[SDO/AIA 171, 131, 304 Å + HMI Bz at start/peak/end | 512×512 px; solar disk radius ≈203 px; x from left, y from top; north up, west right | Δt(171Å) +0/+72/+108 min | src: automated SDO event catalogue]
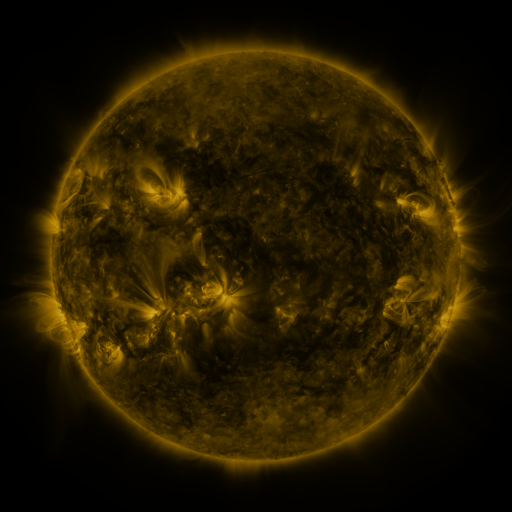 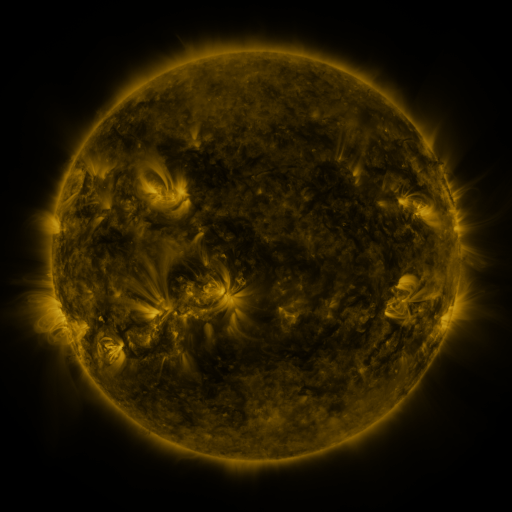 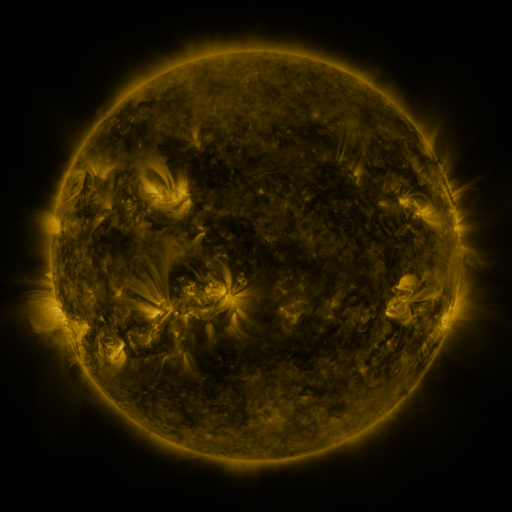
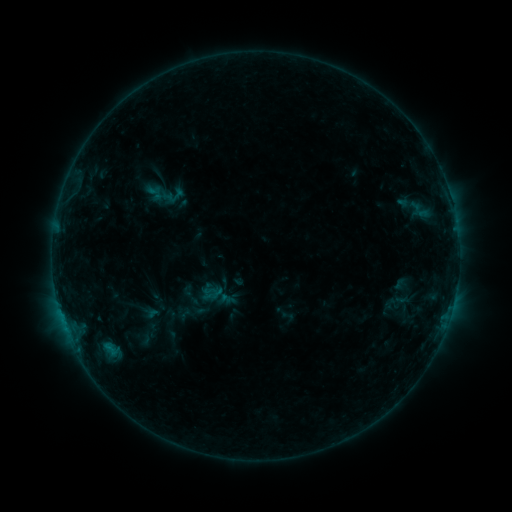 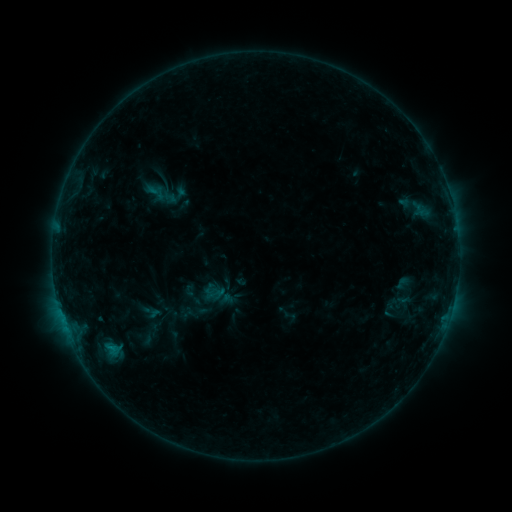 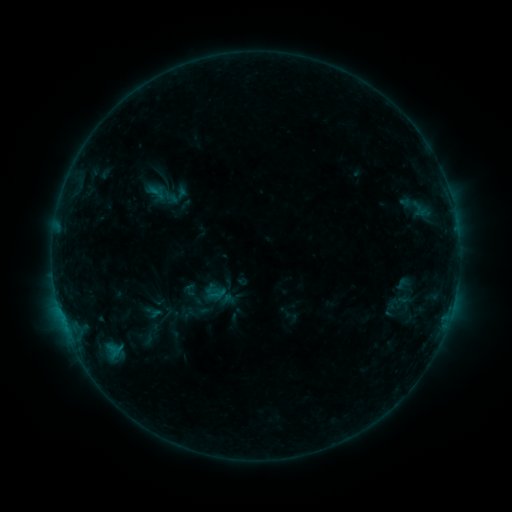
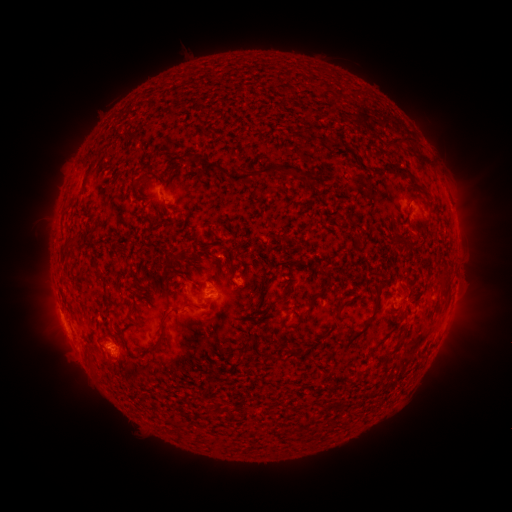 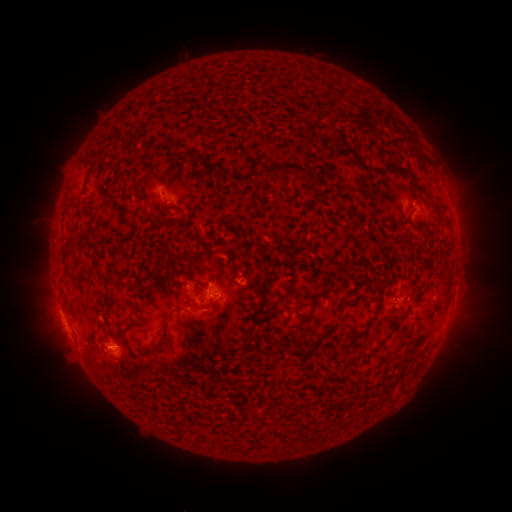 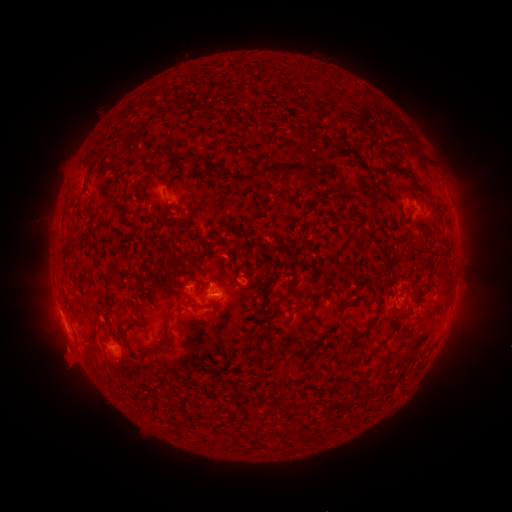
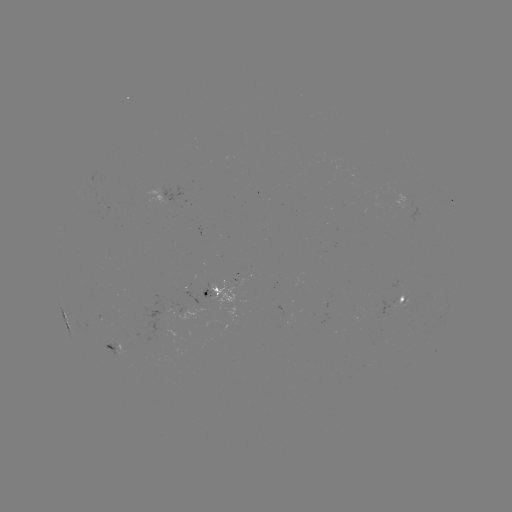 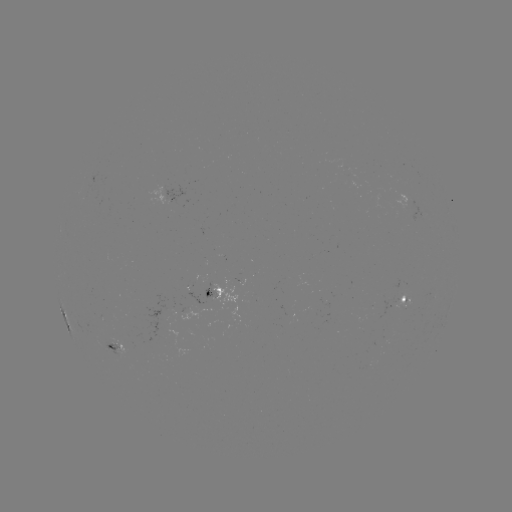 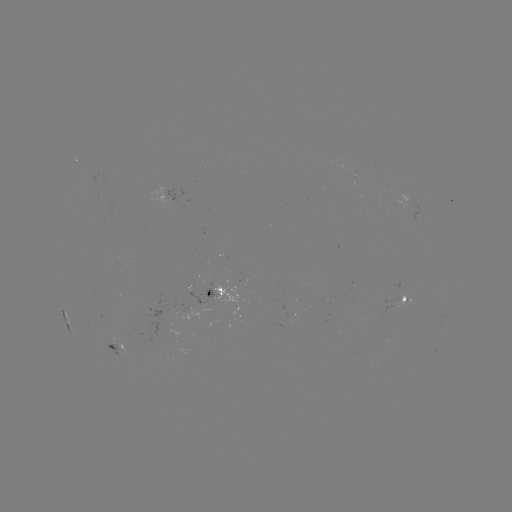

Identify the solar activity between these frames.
emerging-flux region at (399, 296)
